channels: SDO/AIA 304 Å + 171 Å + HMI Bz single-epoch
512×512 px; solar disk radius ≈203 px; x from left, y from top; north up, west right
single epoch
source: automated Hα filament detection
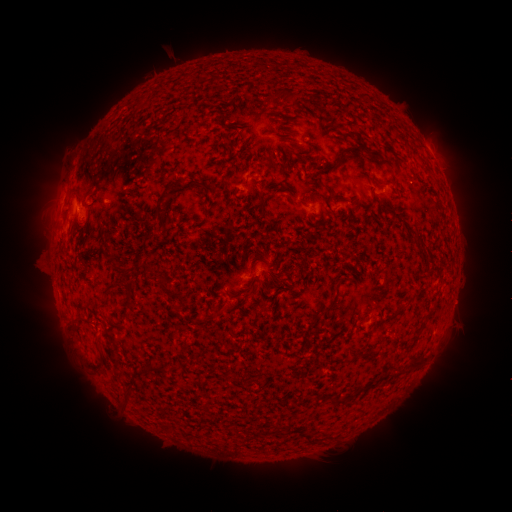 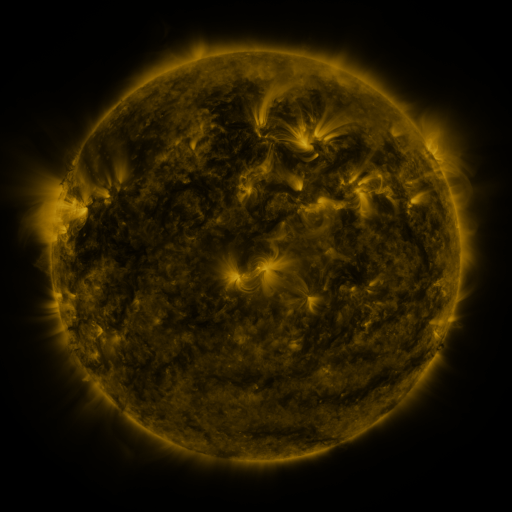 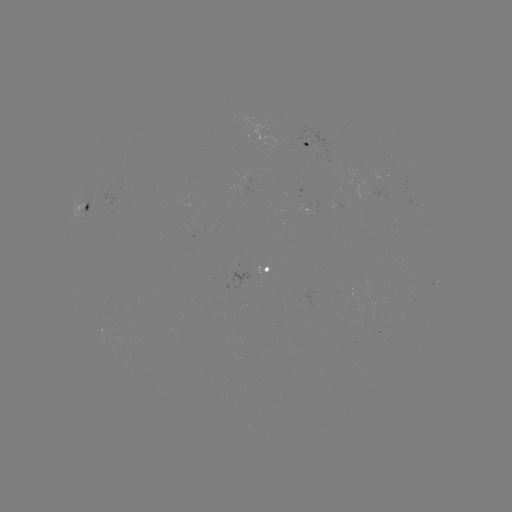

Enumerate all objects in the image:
filament: [284, 91, 298, 103]
filament: [336, 147, 360, 168]
filament: [368, 156, 393, 170]
filament: [163, 179, 184, 201]
filament: [187, 179, 213, 194]
filament: [257, 189, 266, 212]
filament: [72, 190, 83, 202]
filament: [289, 196, 300, 205]
filament: [154, 205, 168, 215]
filament: [109, 257, 129, 274]
filament: [146, 263, 167, 290]
filament: [105, 282, 117, 291]
filament: [175, 292, 186, 308]
filament: [322, 299, 338, 314]
filament: [391, 307, 402, 318]
filament: [105, 315, 119, 327]
filament: [91, 356, 106, 371]
filament: [407, 357, 424, 371]
filament: [151, 363, 167, 374]
